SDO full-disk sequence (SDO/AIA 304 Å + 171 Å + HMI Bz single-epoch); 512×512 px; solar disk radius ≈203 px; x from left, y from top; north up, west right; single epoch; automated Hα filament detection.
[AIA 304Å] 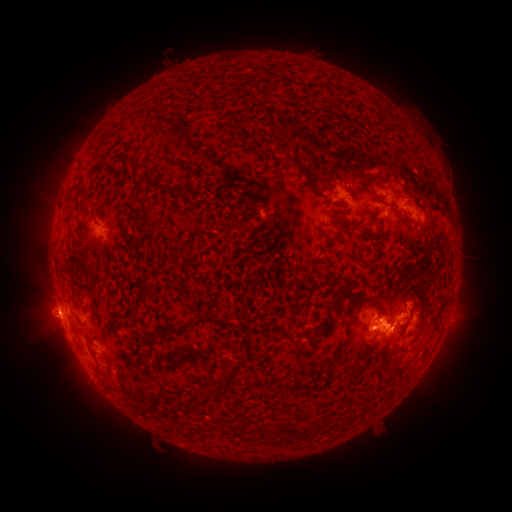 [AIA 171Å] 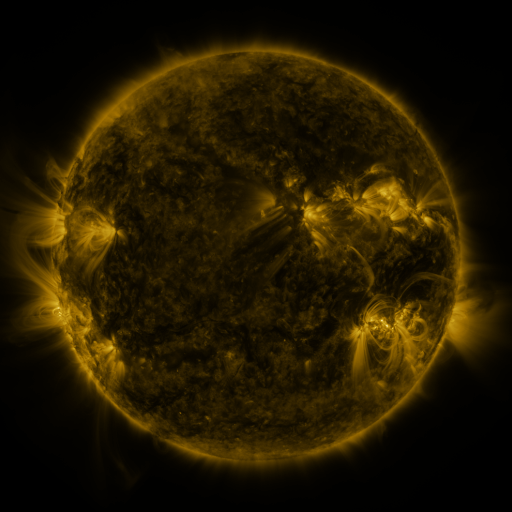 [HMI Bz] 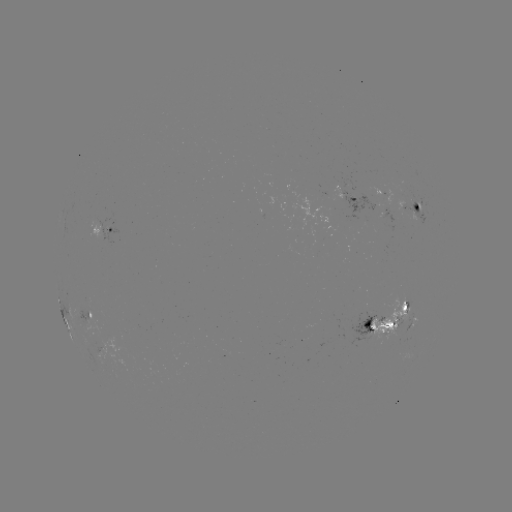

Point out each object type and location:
filament: (289, 158, 307, 176)
filament: (131, 162, 144, 171)
filament: (163, 184, 179, 194)
filament: (136, 192, 153, 218)
filament: (342, 226, 353, 233)
filament: (376, 307, 388, 320)
filament: (162, 312, 227, 334)
filament: (215, 355, 245, 390)
filament: (390, 368, 404, 378)
filament: (198, 385, 220, 403)
filament: (236, 423, 246, 435)
filament: (254, 424, 269, 435)
filament: (283, 425, 297, 441)
